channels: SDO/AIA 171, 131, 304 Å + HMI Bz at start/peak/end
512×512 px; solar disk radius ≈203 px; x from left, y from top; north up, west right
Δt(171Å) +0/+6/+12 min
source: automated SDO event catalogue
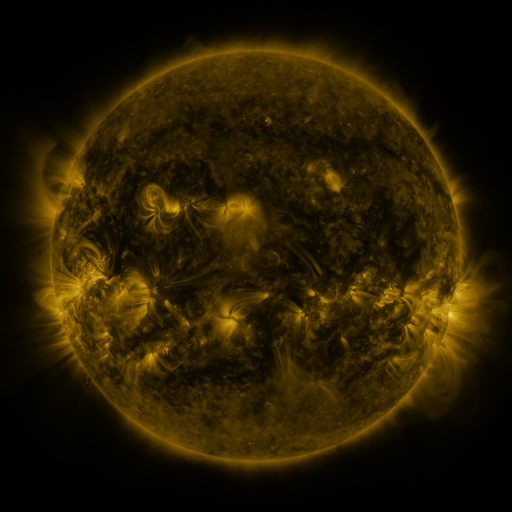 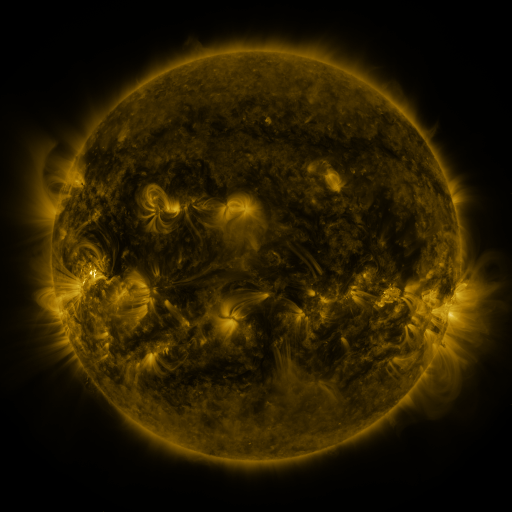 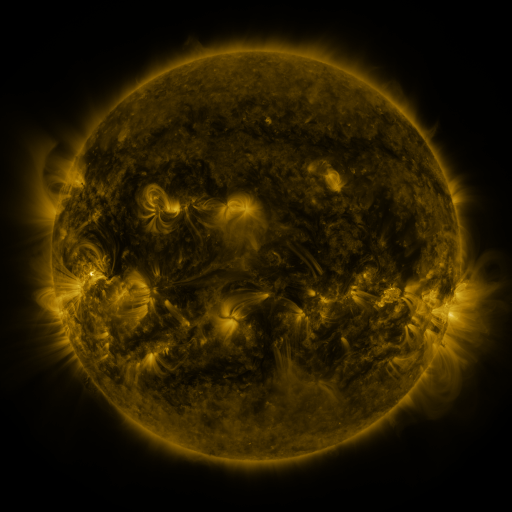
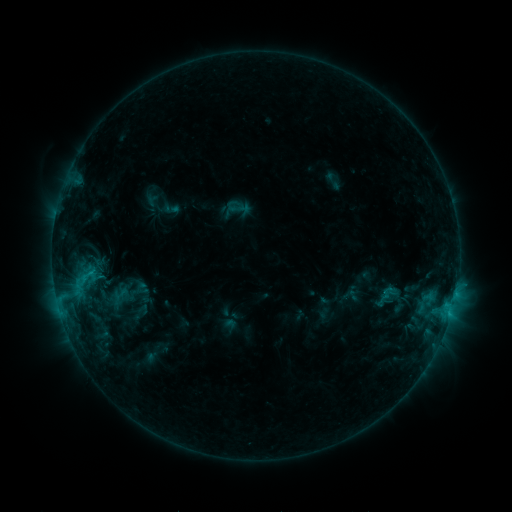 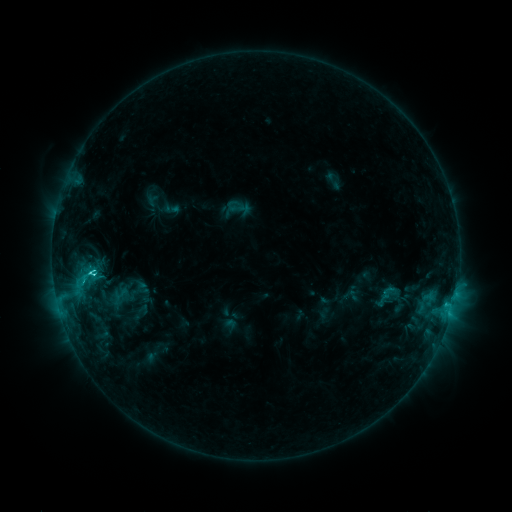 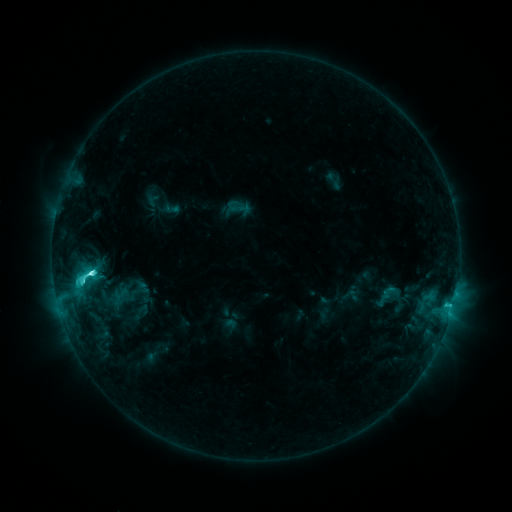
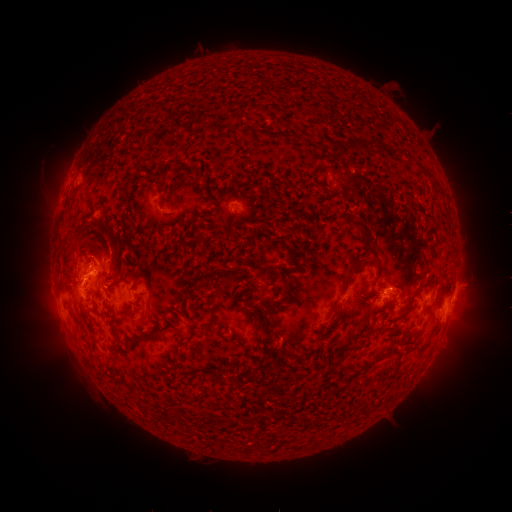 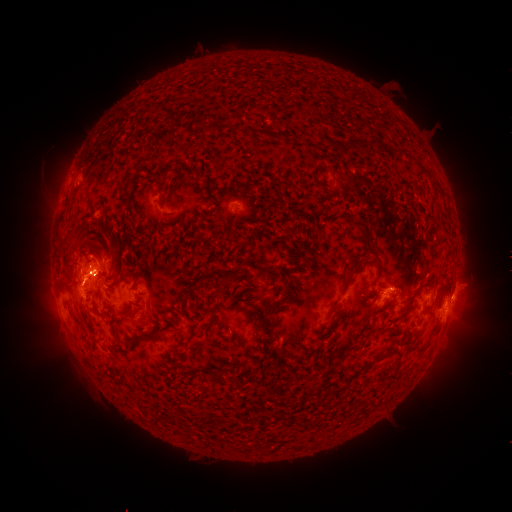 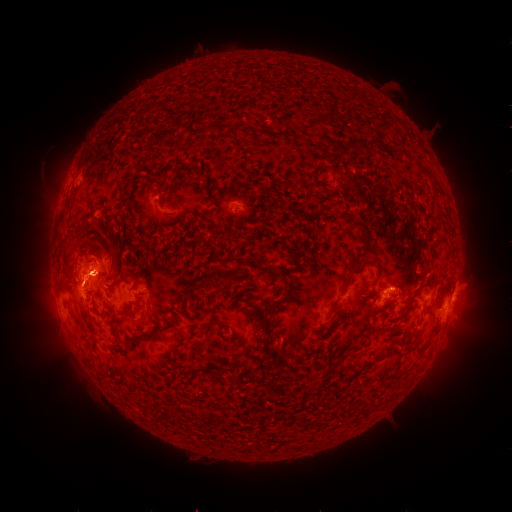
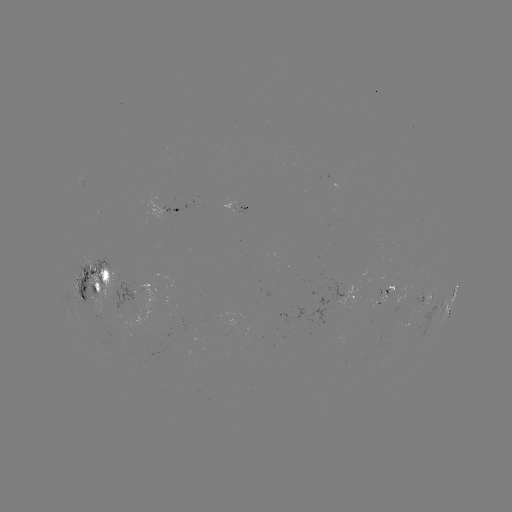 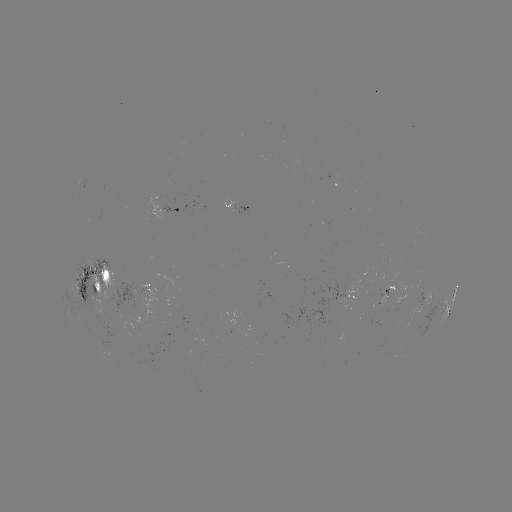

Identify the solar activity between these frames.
M1.1 flare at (94, 270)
